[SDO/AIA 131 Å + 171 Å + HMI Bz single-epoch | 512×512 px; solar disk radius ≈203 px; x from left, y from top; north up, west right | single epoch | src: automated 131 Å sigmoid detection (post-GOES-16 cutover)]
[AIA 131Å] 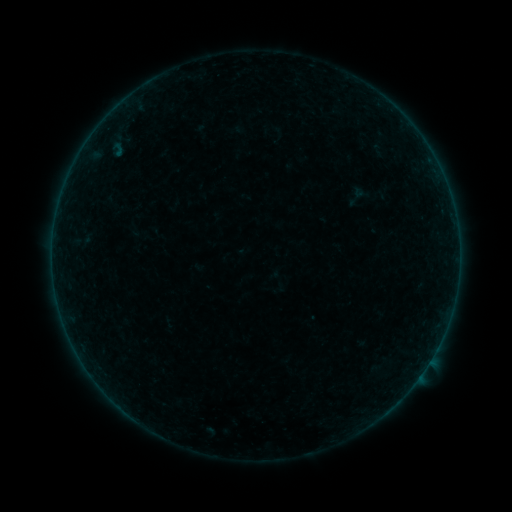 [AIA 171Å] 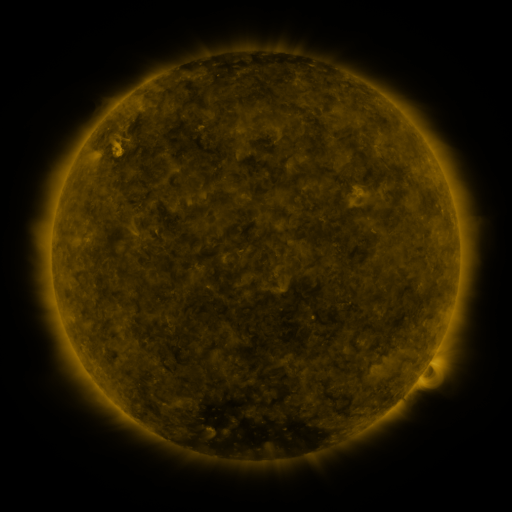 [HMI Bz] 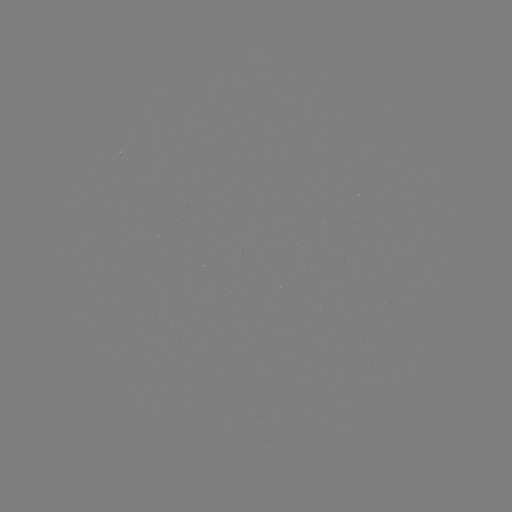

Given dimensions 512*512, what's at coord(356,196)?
sigmoid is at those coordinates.